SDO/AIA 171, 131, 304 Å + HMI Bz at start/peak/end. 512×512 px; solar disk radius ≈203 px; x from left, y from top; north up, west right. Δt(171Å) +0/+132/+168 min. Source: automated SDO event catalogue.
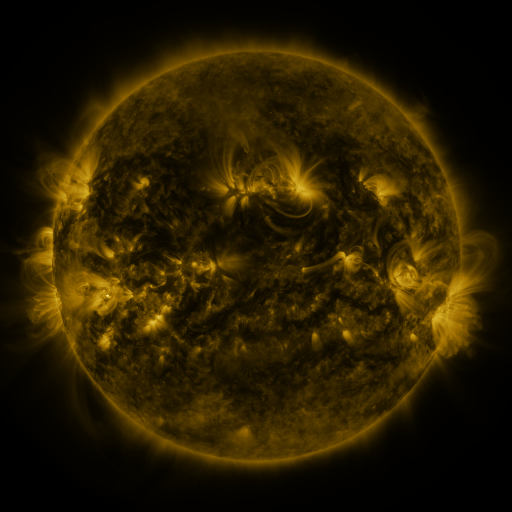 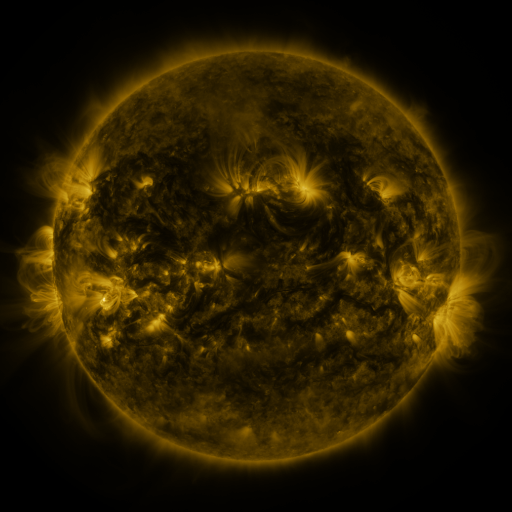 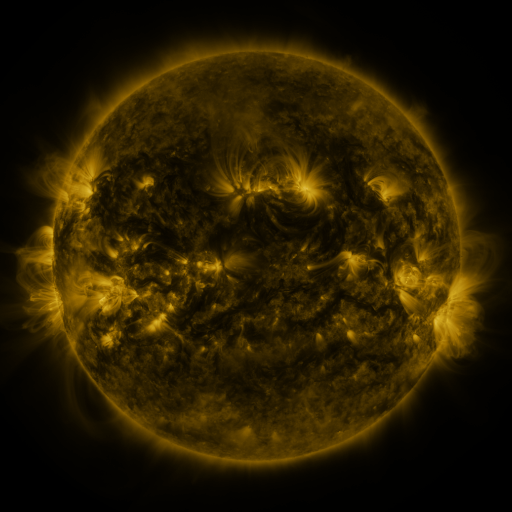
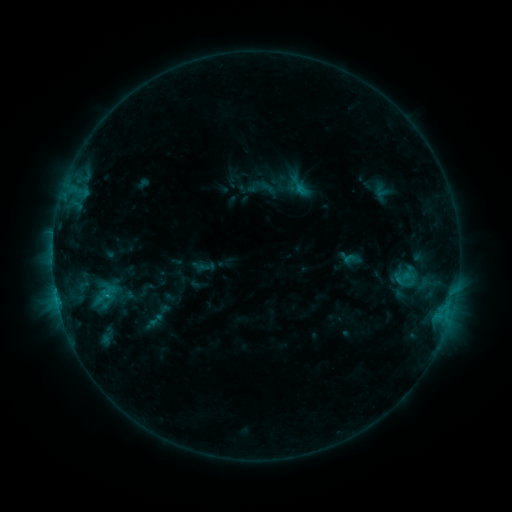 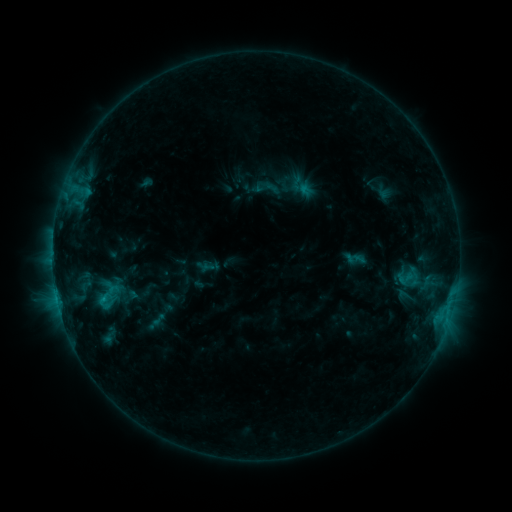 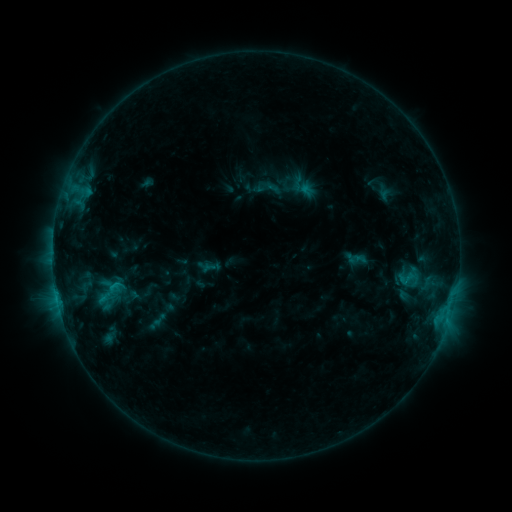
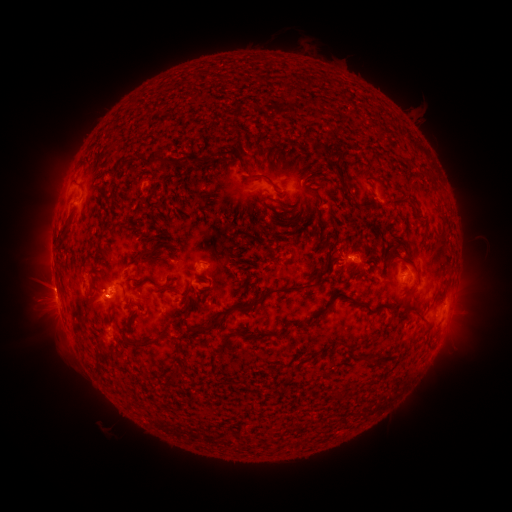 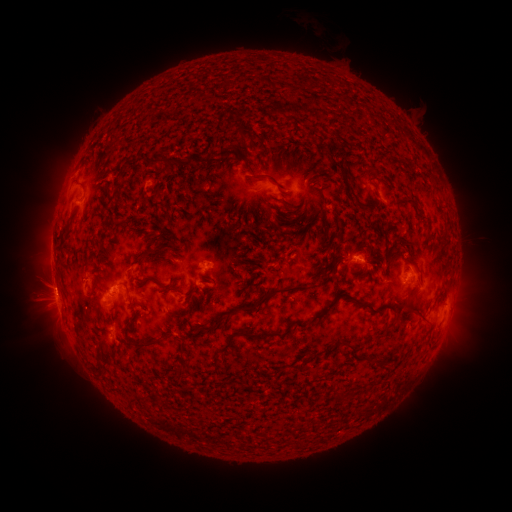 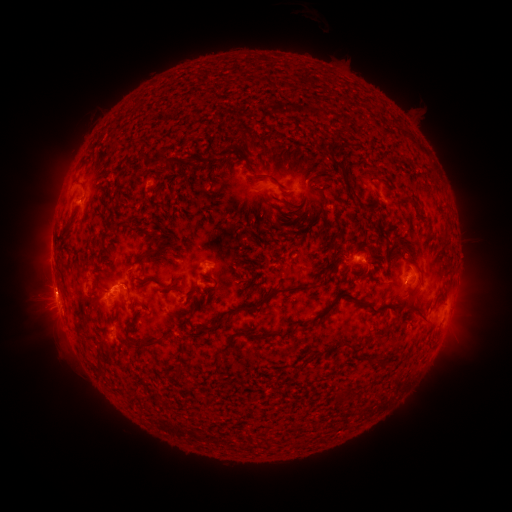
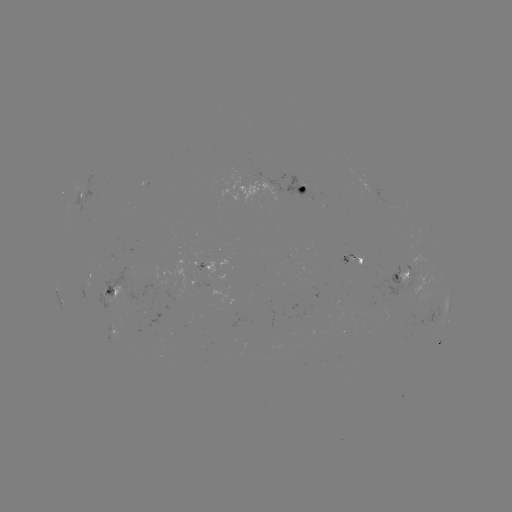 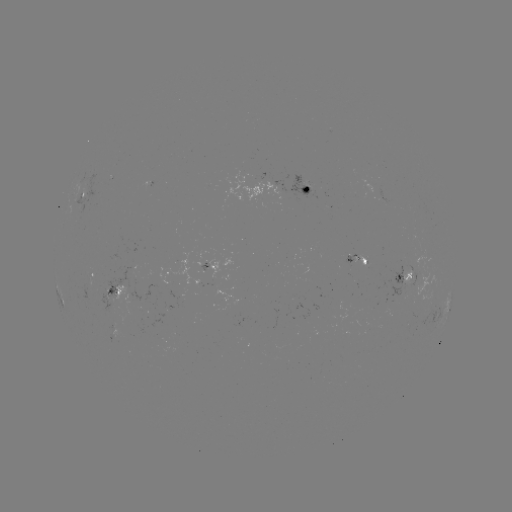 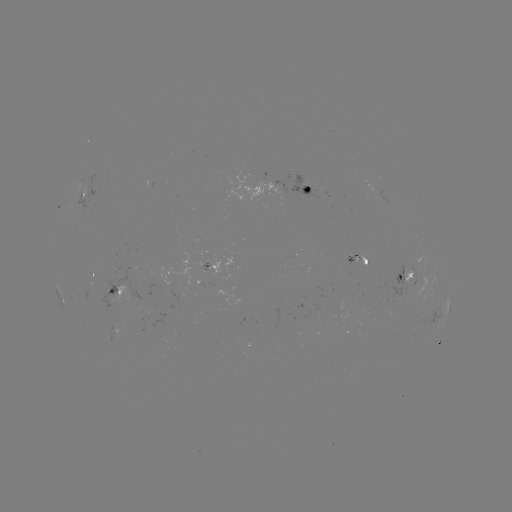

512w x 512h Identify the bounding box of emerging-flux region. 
[78, 274, 96, 298].